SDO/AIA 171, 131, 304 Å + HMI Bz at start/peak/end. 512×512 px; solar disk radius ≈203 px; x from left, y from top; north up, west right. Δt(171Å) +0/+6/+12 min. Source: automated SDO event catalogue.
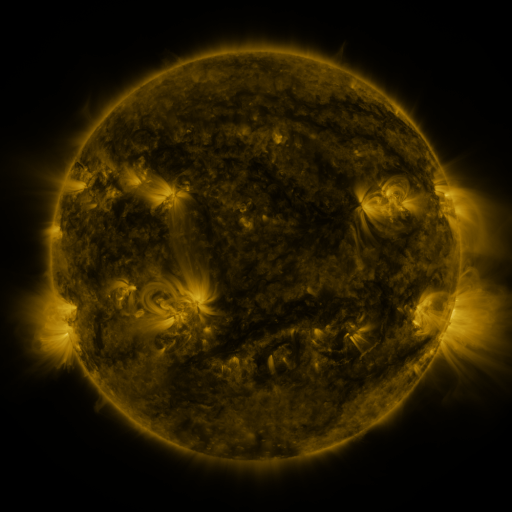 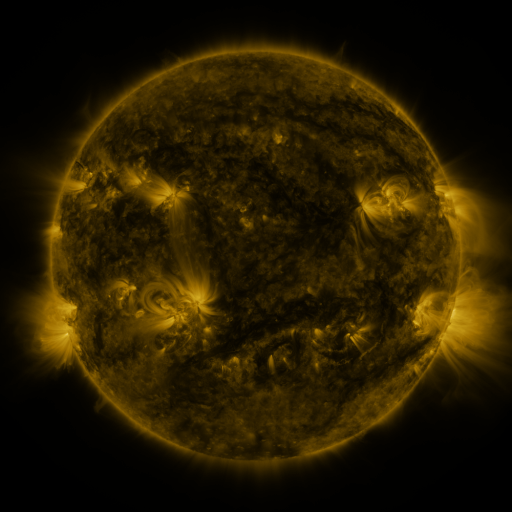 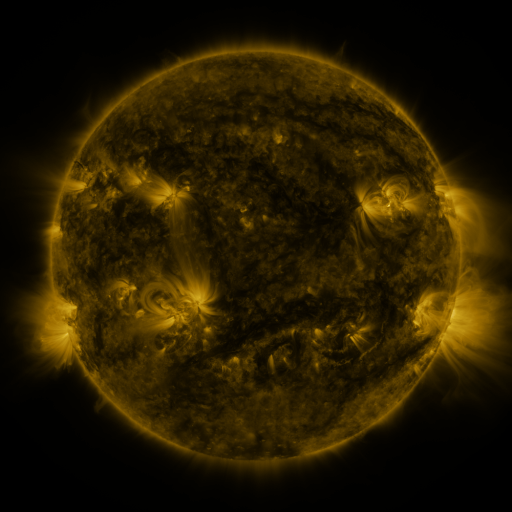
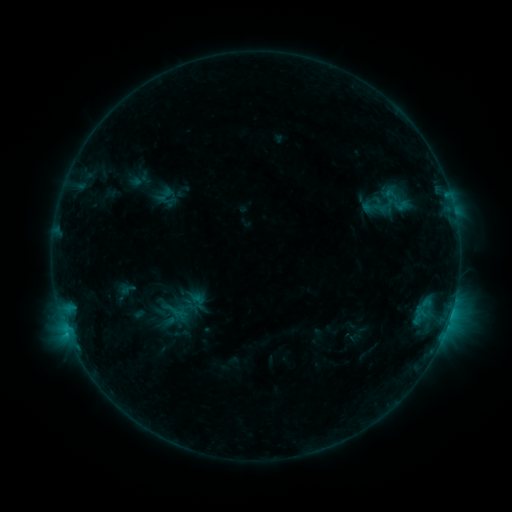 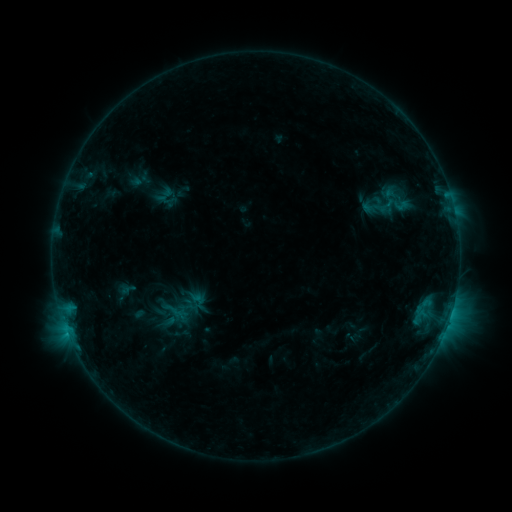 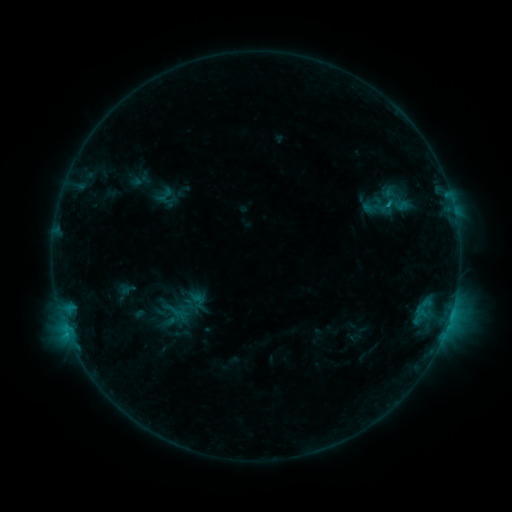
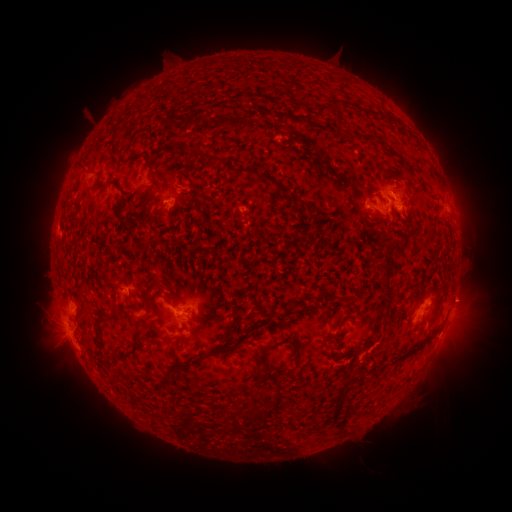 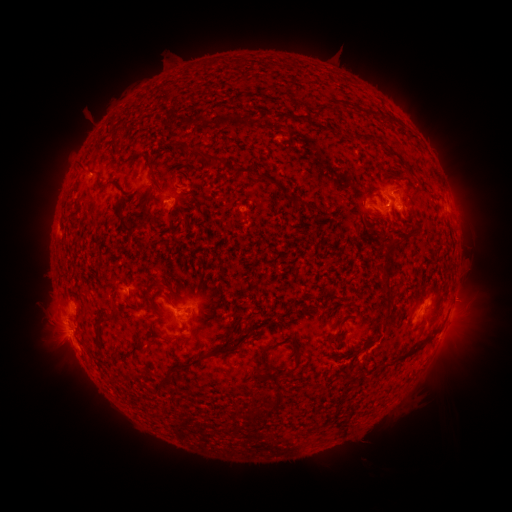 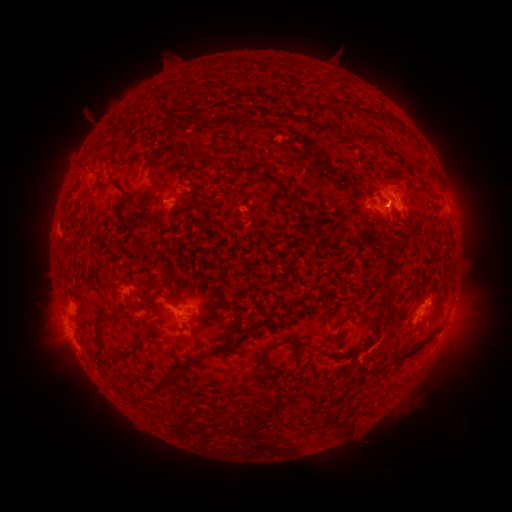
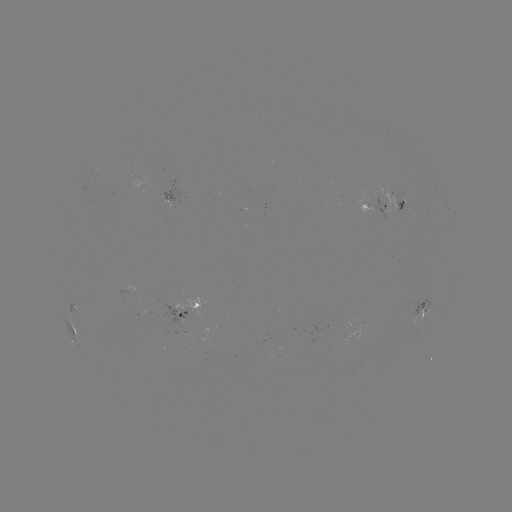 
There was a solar flare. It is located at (387, 205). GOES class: B7.3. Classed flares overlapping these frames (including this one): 1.